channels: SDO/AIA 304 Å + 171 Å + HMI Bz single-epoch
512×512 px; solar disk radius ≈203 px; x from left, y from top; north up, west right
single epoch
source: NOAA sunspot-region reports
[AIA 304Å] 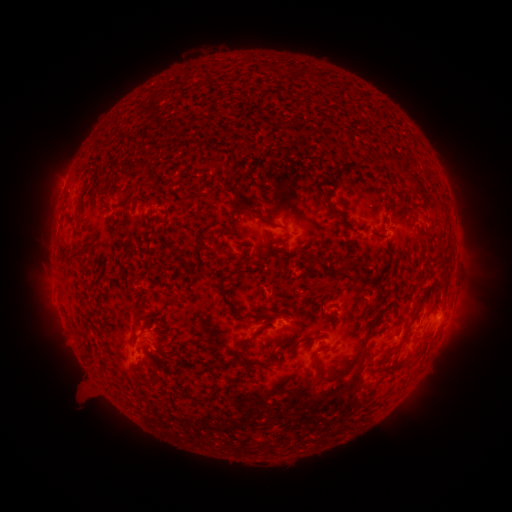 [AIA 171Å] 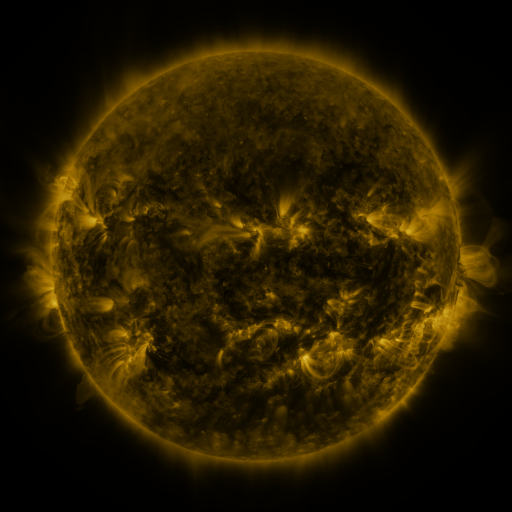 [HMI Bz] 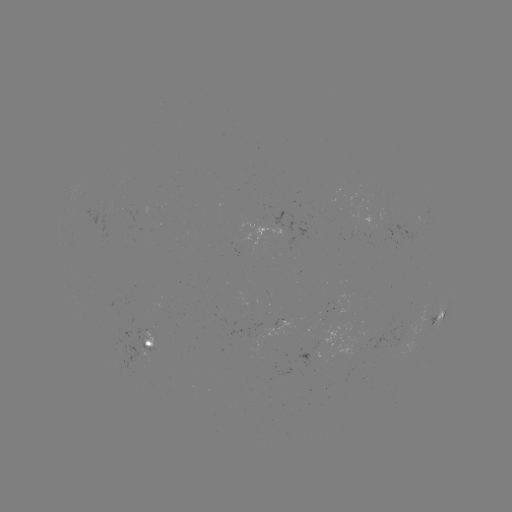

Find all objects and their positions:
spotted active region: (439, 315)
spotted active region: (290, 322)
spotted active region: (297, 322)
spotted active region: (148, 342)
